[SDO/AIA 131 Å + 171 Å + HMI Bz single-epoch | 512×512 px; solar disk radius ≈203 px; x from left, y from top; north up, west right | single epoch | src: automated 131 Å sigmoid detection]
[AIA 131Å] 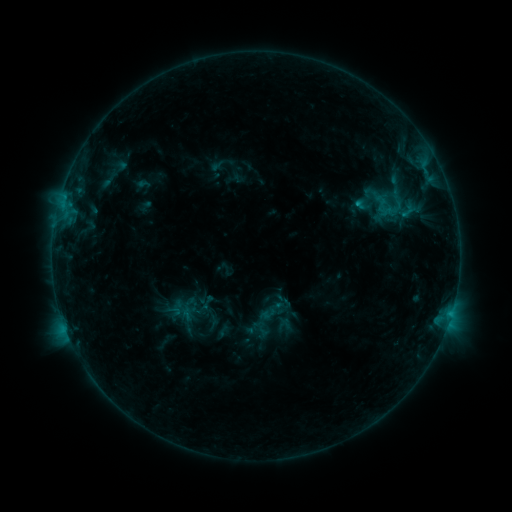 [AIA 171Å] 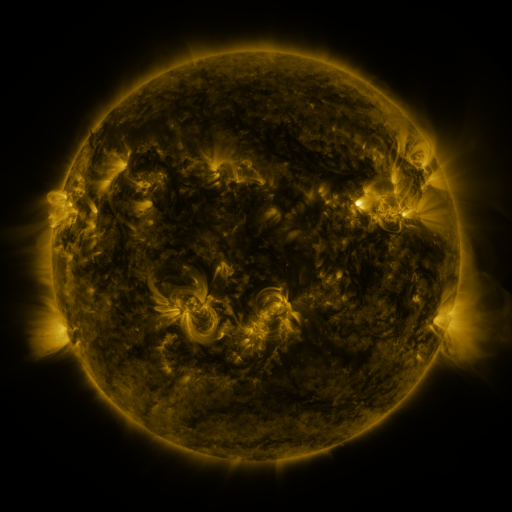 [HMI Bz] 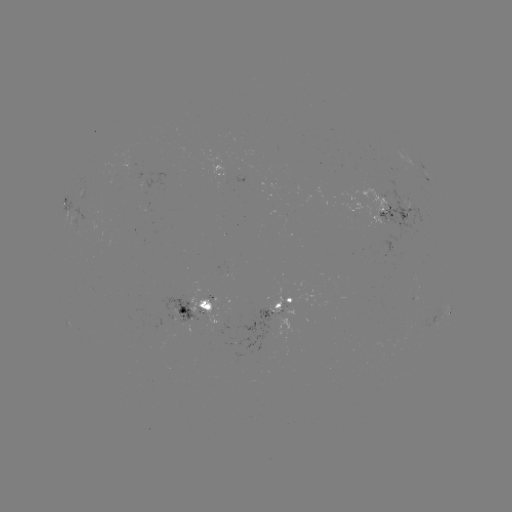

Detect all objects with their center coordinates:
sigmoid: (186, 305)
sigmoid: (174, 310)
